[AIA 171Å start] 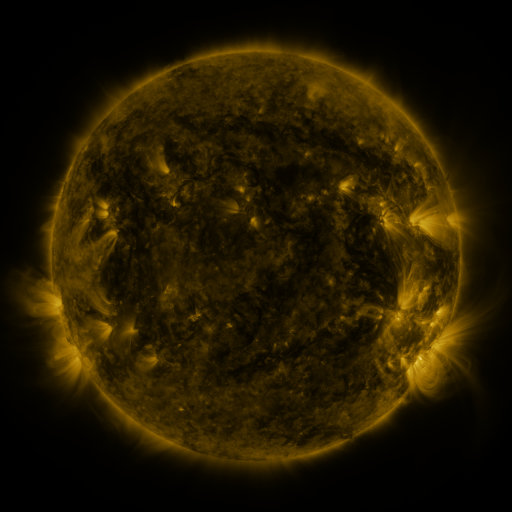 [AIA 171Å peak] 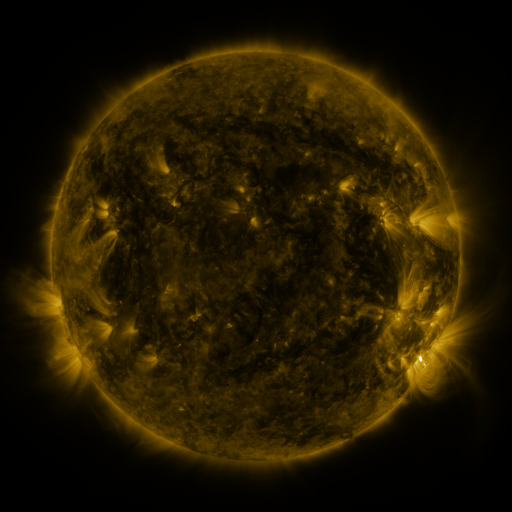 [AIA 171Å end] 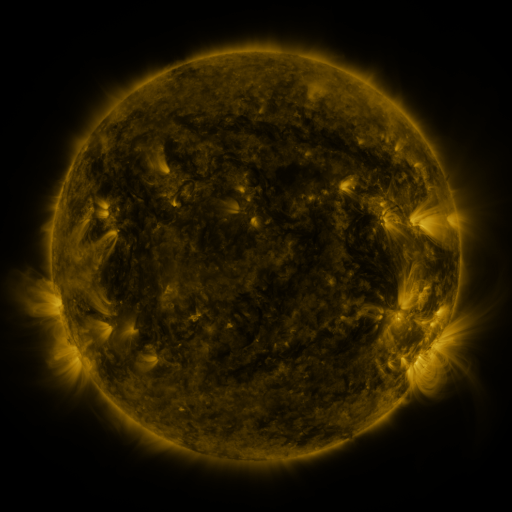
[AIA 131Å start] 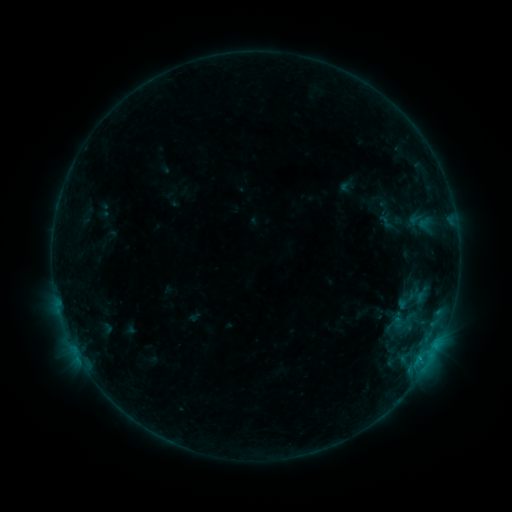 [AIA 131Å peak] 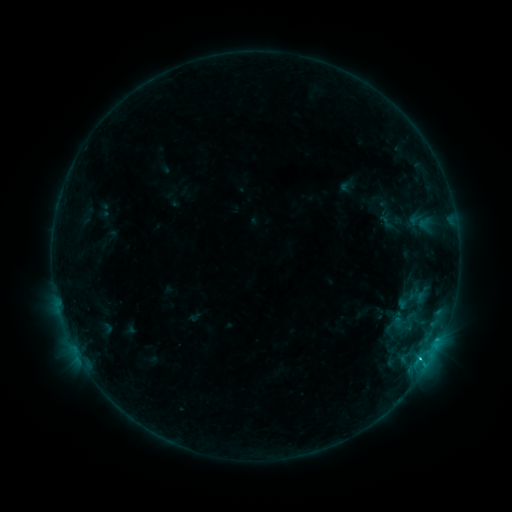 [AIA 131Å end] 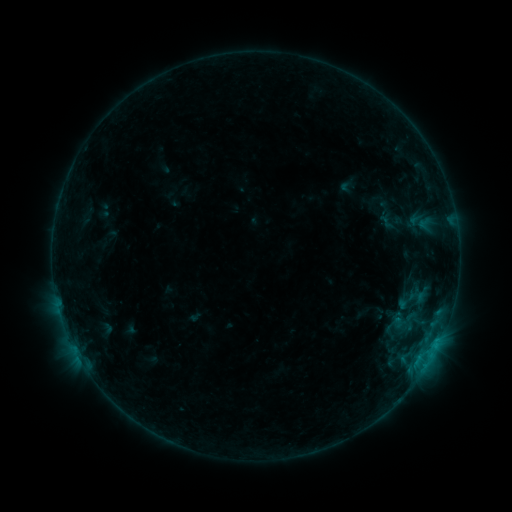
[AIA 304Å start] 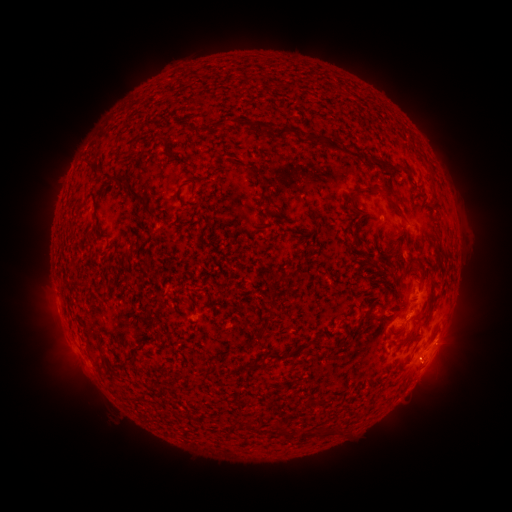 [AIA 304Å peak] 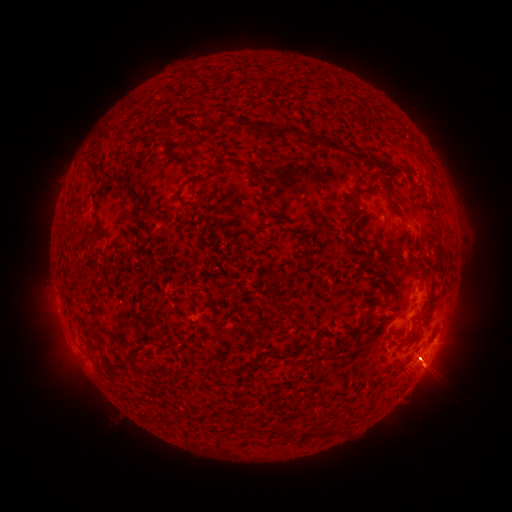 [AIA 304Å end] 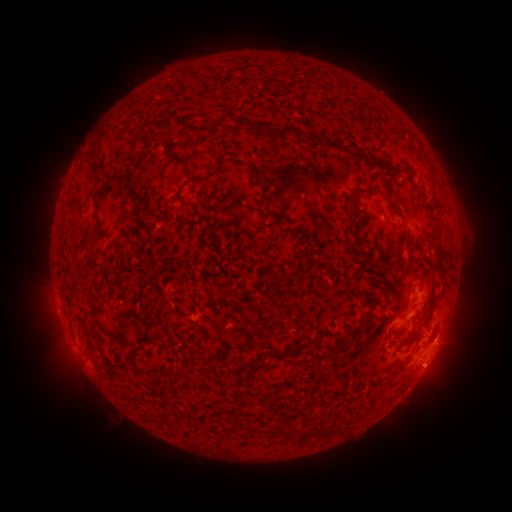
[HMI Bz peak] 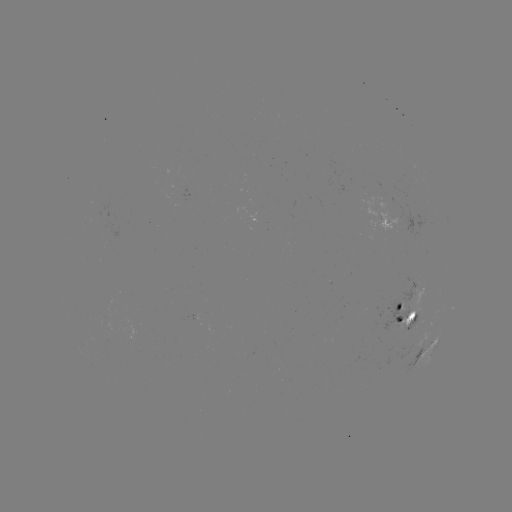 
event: flare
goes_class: B6.5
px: (437, 339)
